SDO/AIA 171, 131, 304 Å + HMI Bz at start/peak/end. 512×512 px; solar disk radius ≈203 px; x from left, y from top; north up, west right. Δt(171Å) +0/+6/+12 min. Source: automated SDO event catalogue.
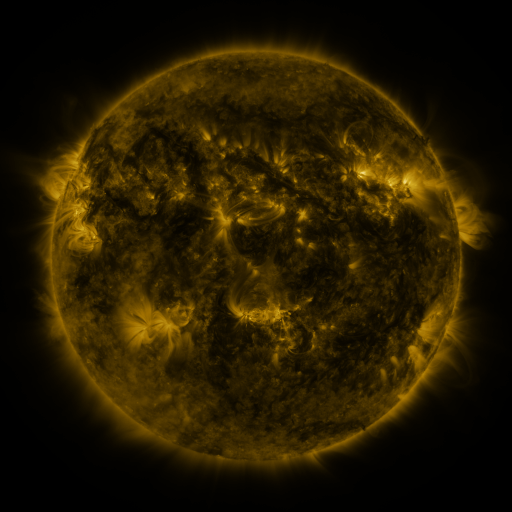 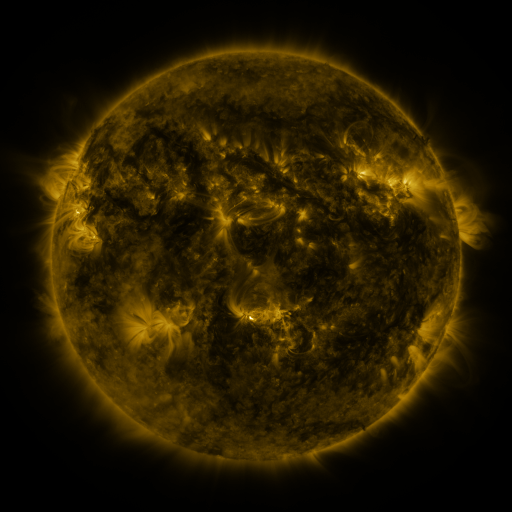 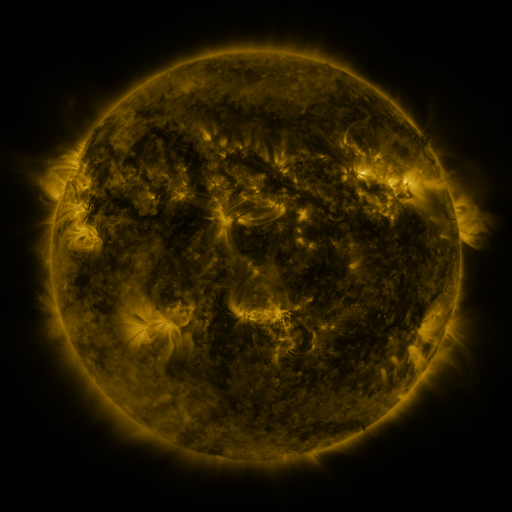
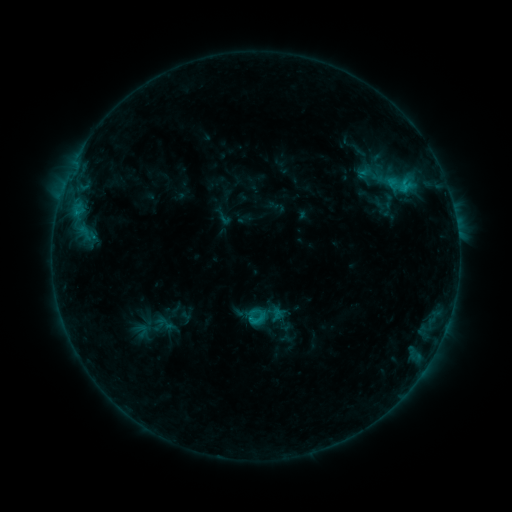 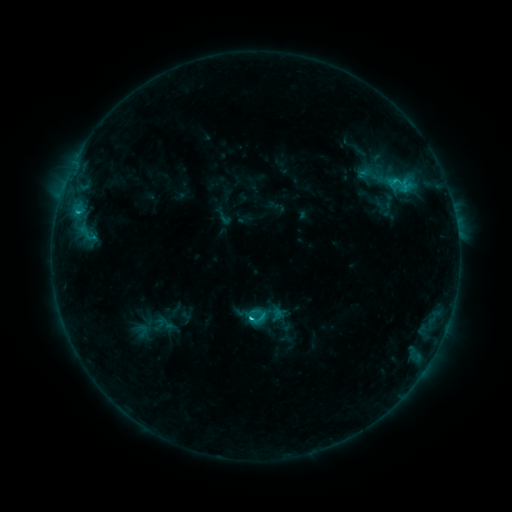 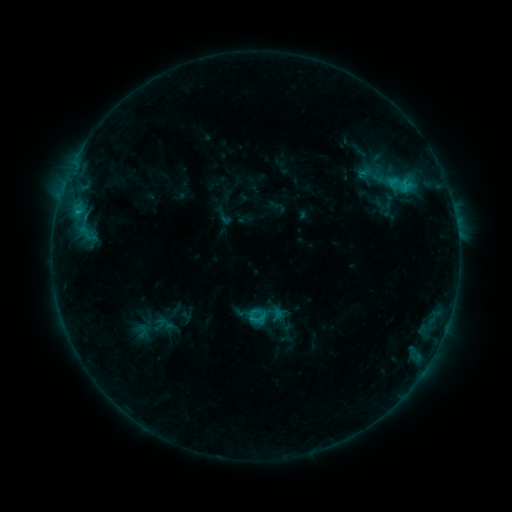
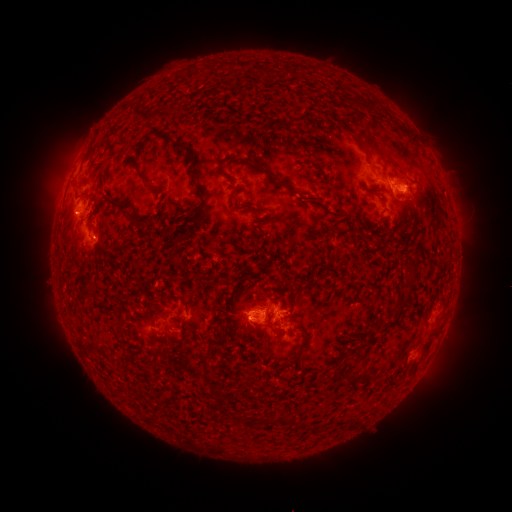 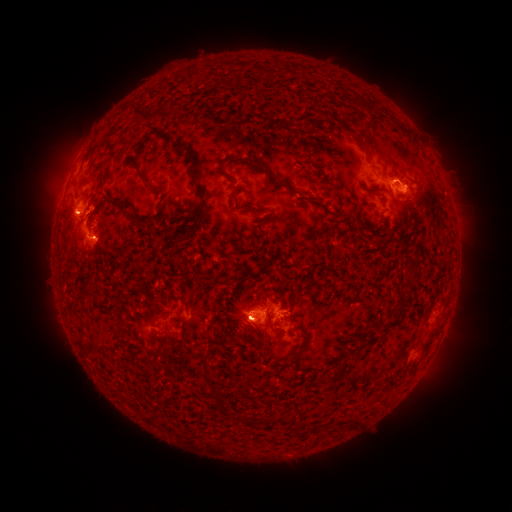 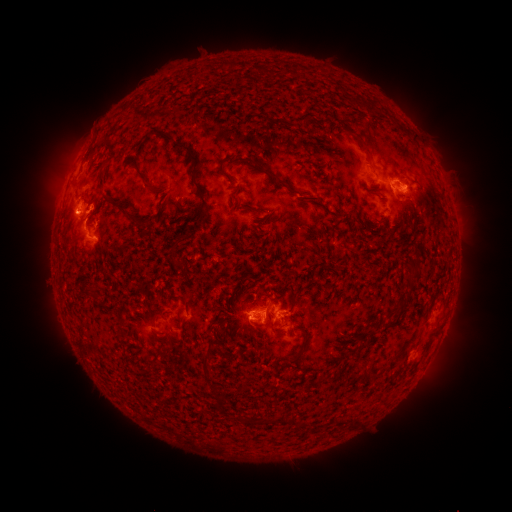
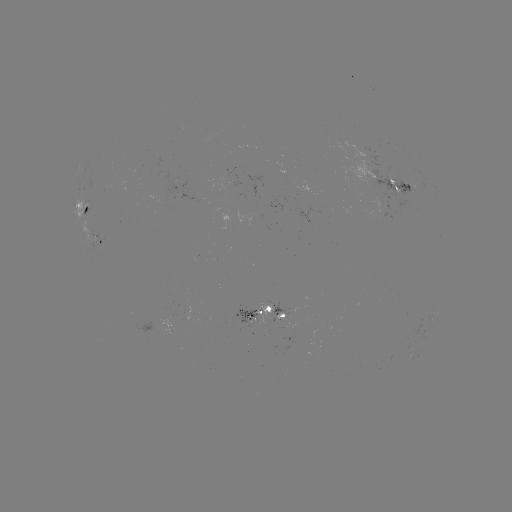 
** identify C2.0 flare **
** (79, 214) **